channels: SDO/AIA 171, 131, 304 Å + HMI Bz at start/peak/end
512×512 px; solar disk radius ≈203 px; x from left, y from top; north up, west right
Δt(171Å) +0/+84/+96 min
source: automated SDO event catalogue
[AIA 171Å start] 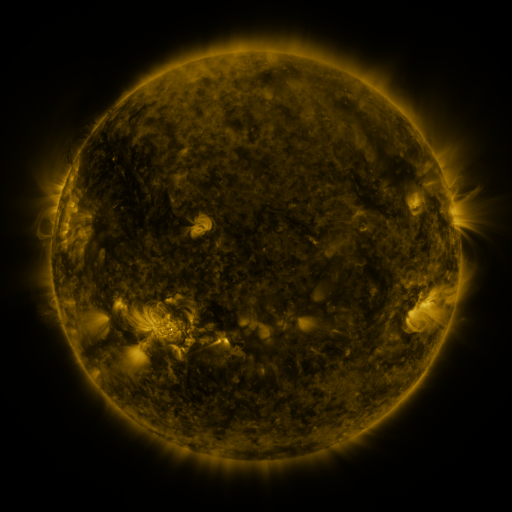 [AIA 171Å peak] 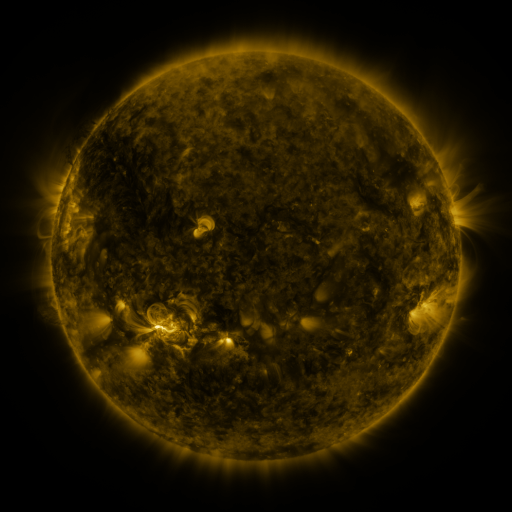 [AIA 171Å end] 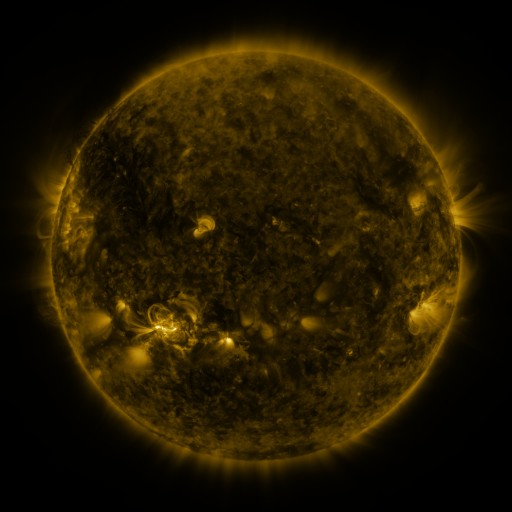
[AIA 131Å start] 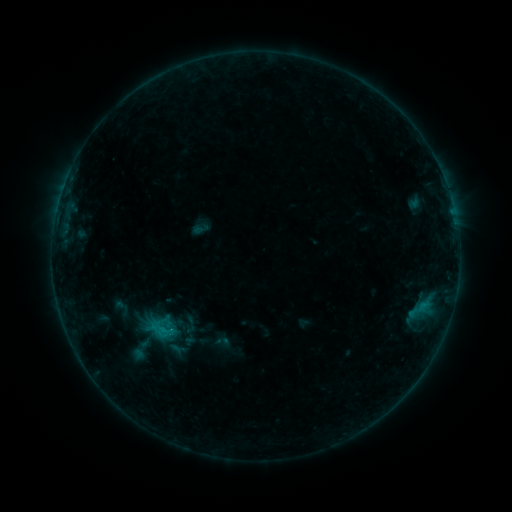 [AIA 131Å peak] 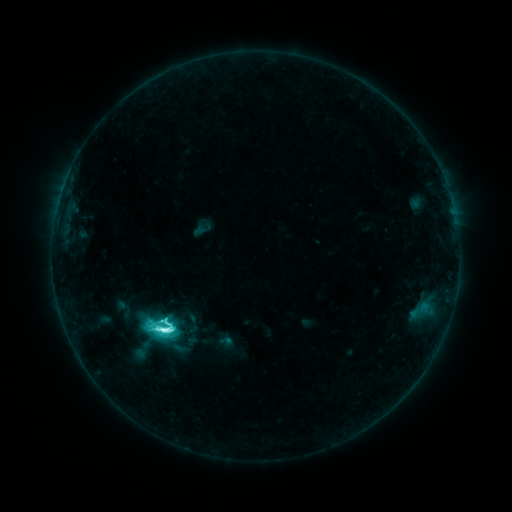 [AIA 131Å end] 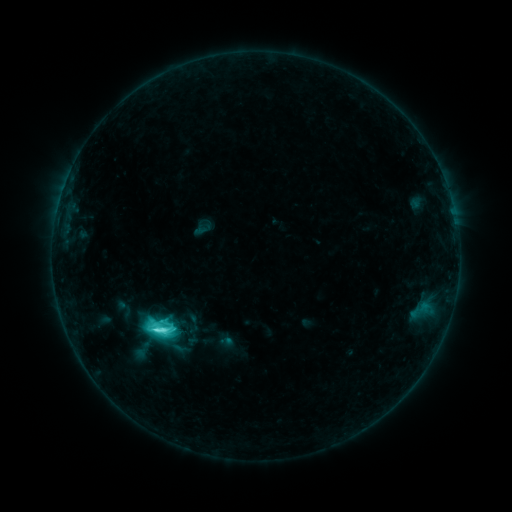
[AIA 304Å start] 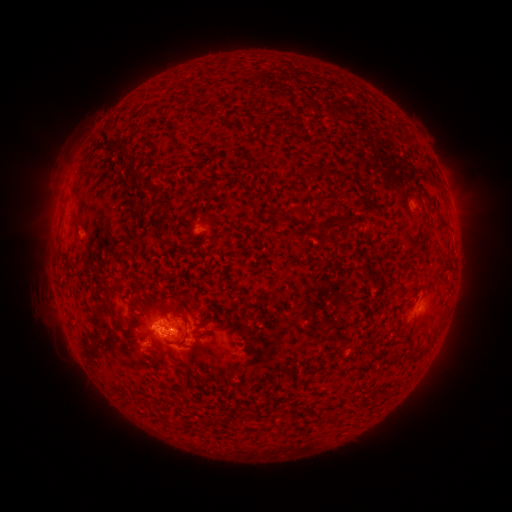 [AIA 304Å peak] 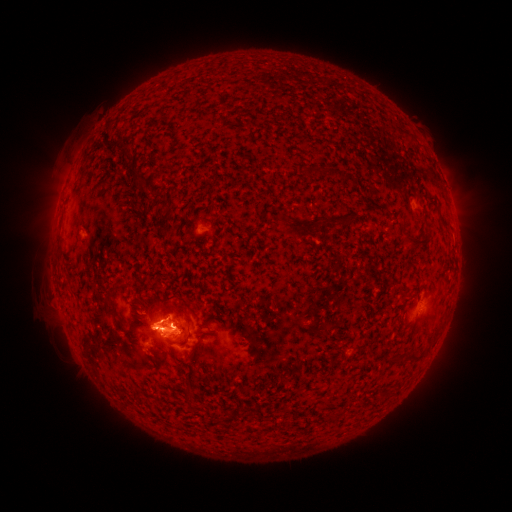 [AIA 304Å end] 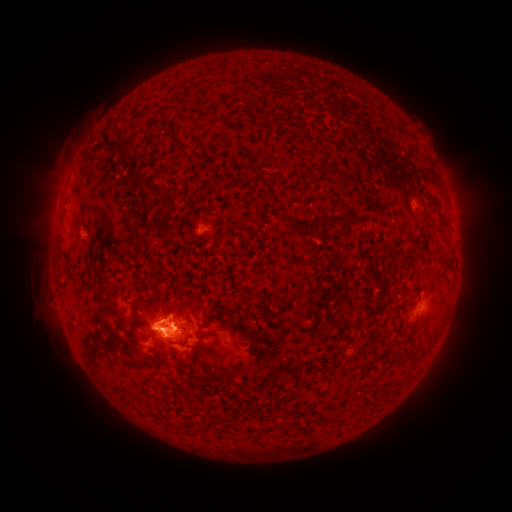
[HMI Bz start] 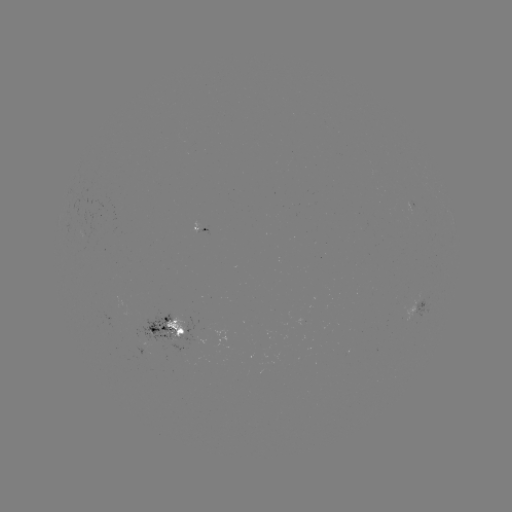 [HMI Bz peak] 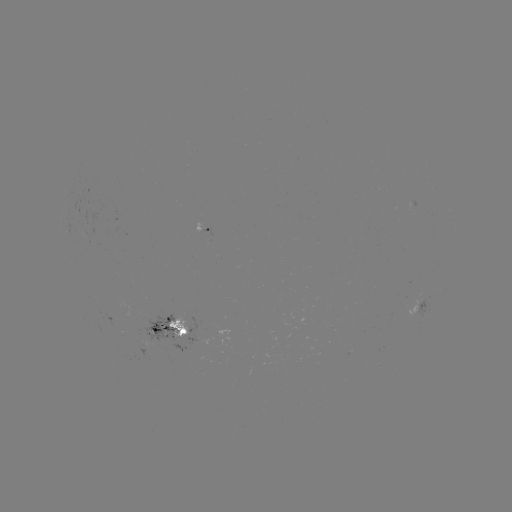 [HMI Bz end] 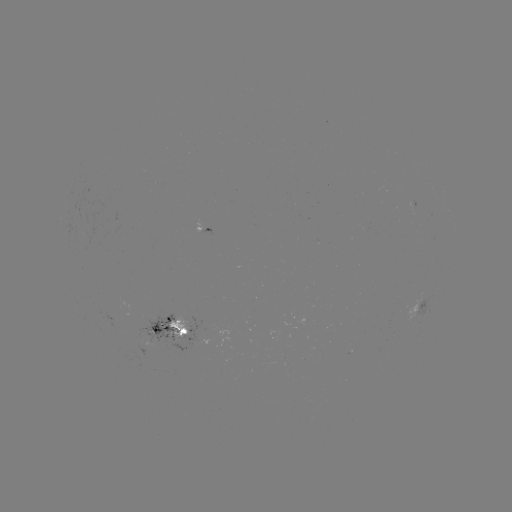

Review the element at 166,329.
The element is M1.1 flare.